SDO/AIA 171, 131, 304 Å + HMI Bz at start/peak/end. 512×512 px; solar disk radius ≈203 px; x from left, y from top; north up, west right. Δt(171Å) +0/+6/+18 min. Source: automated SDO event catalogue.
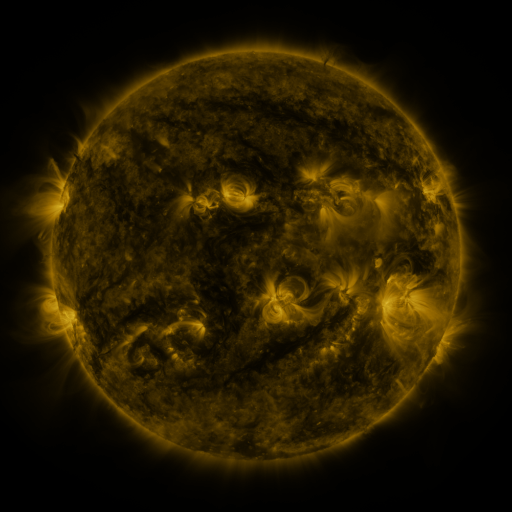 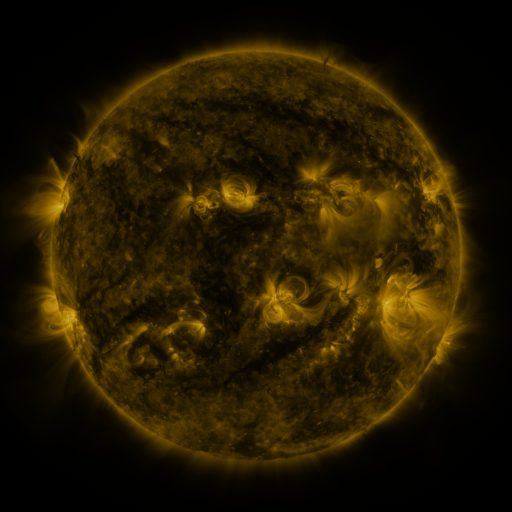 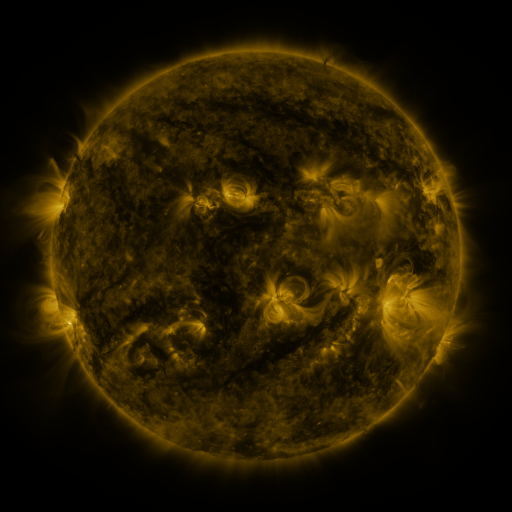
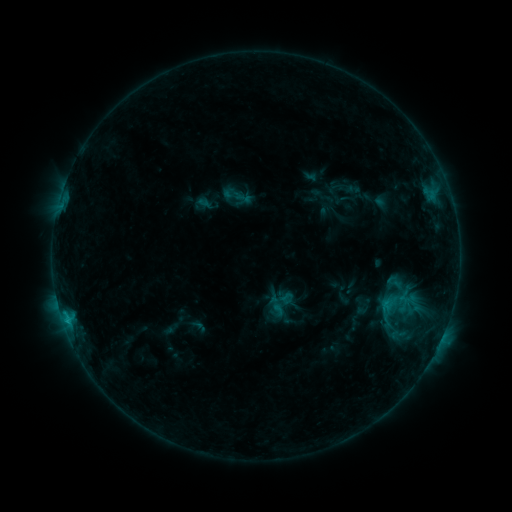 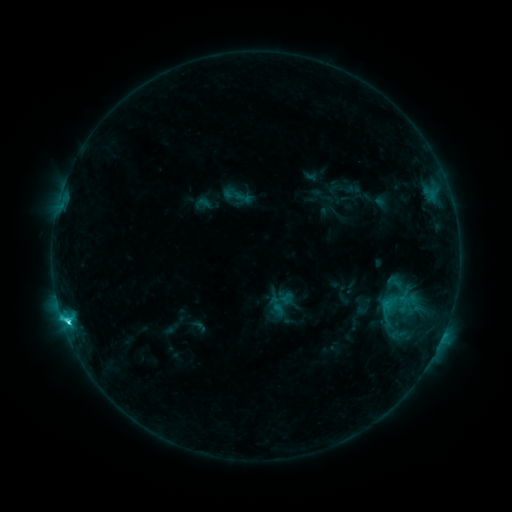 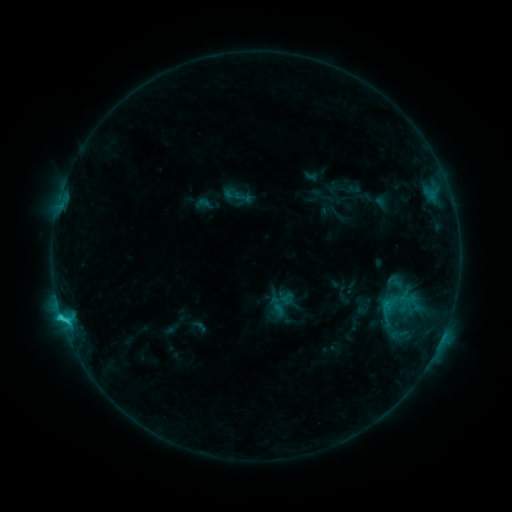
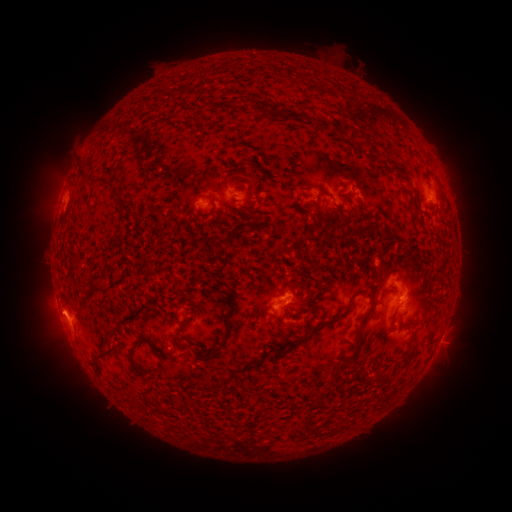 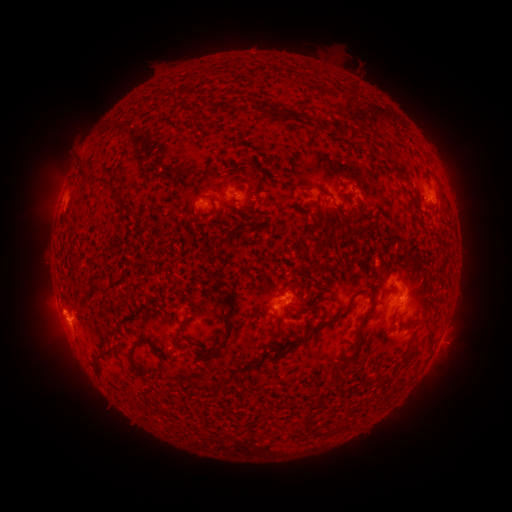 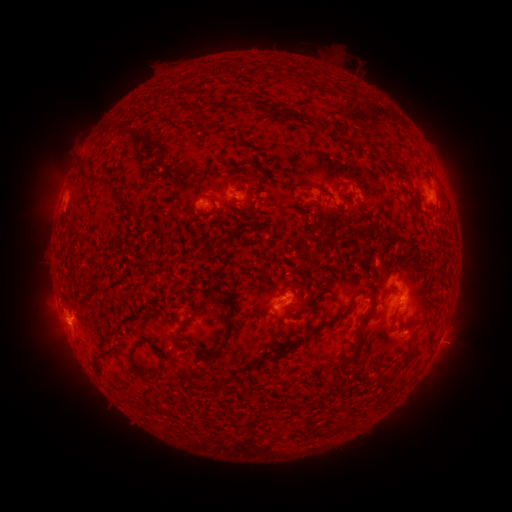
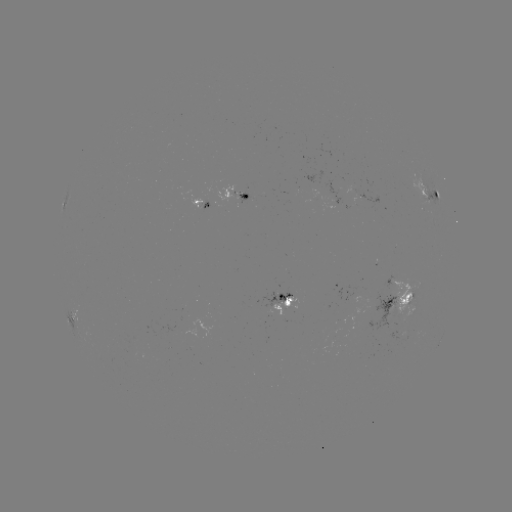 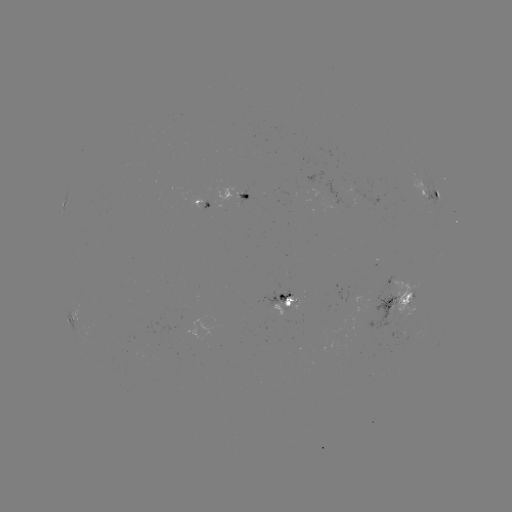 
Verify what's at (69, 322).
C2.6 flare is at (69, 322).